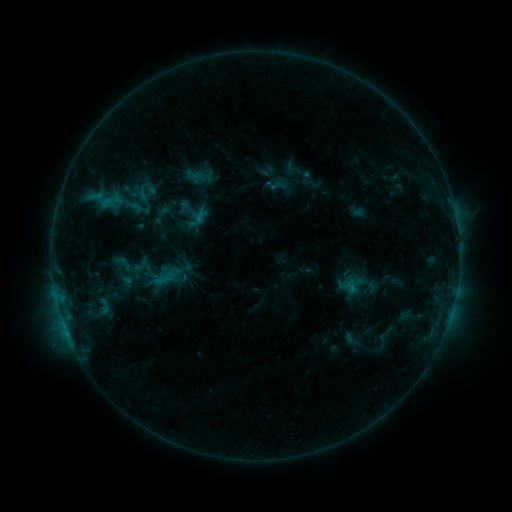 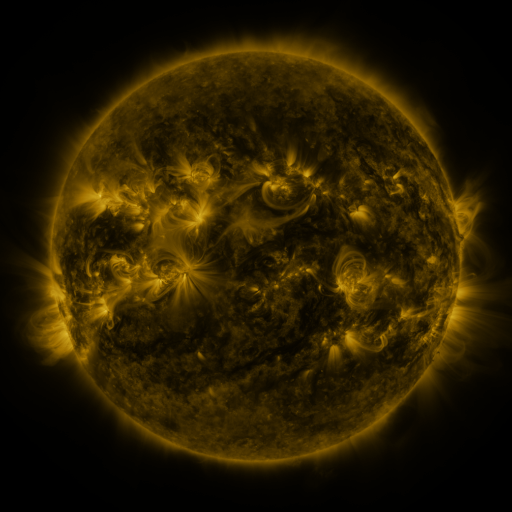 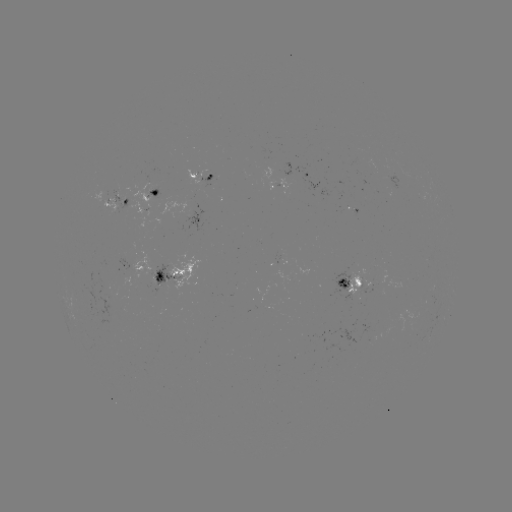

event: sigmoid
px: (191, 211)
